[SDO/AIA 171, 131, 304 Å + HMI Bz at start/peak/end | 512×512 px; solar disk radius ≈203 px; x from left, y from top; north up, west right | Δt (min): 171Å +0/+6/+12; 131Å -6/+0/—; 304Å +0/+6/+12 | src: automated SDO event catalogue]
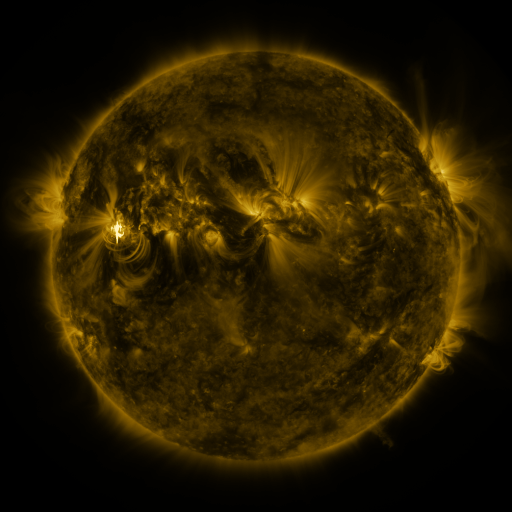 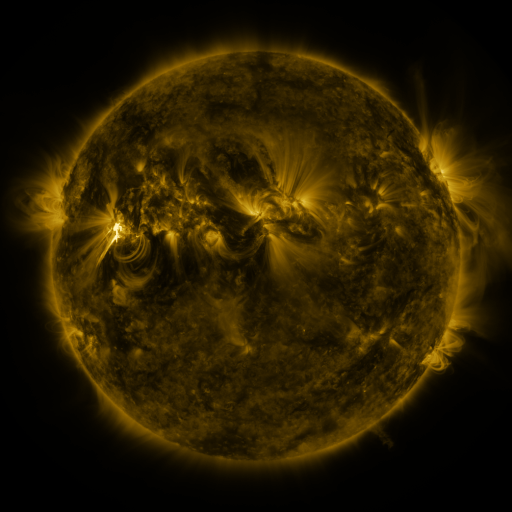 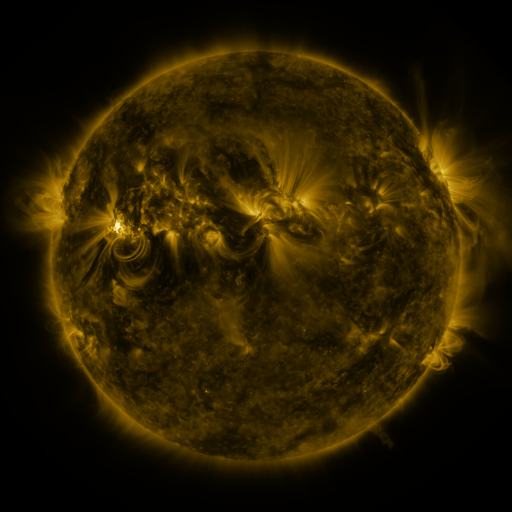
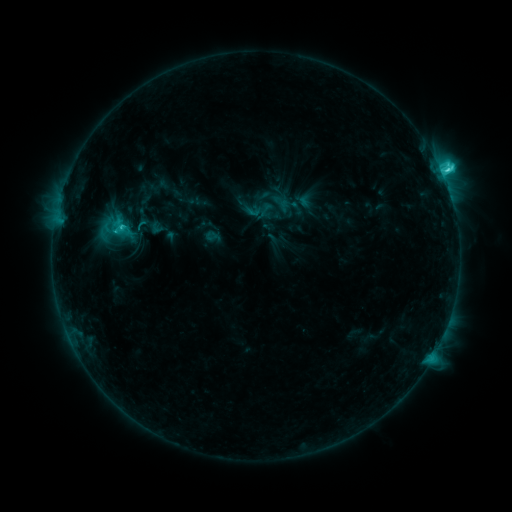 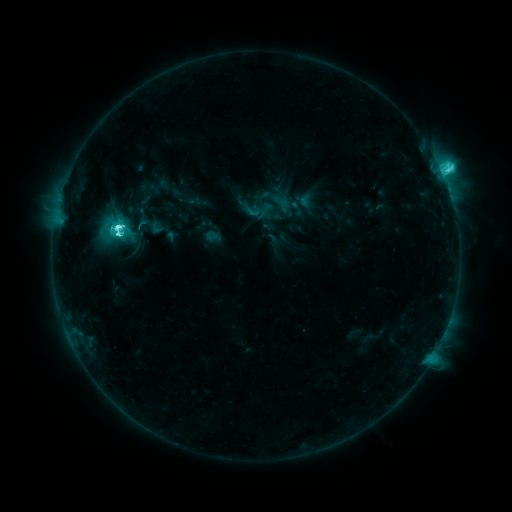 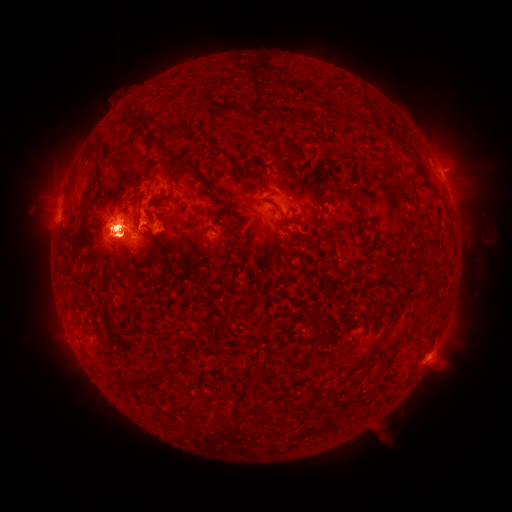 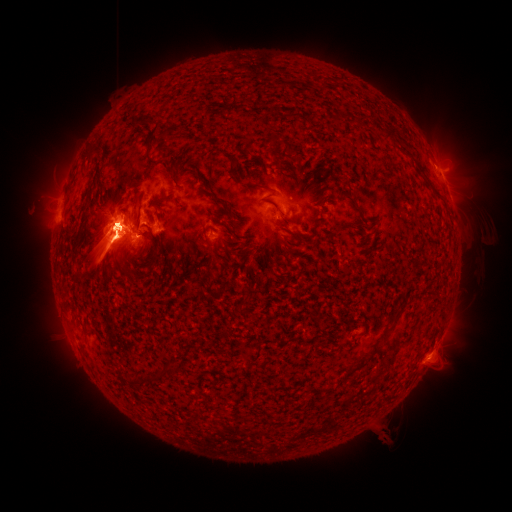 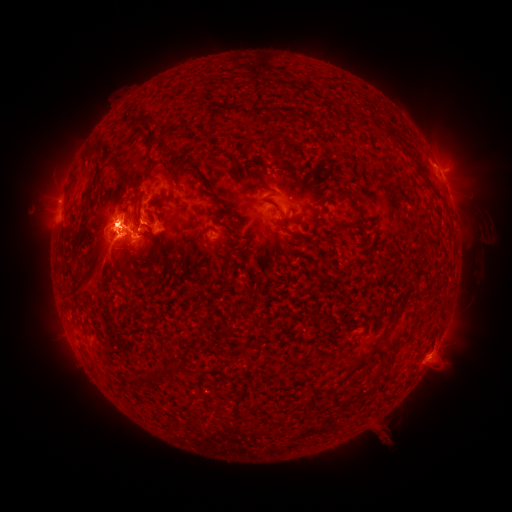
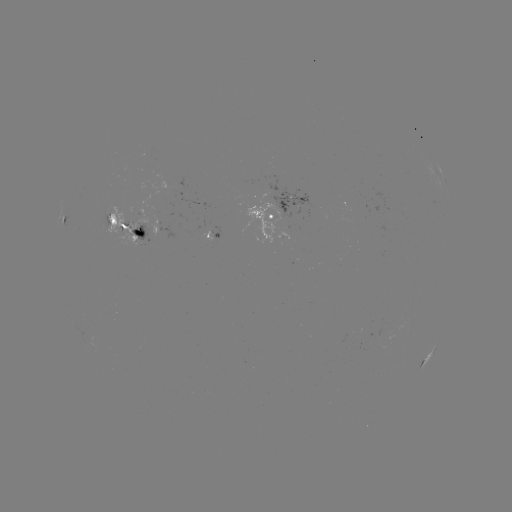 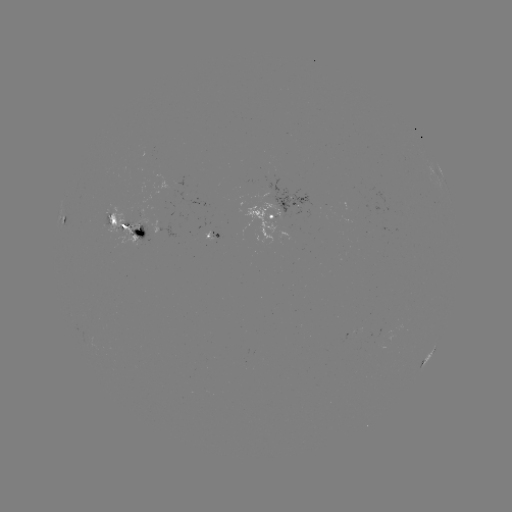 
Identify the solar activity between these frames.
eruption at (458, 169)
